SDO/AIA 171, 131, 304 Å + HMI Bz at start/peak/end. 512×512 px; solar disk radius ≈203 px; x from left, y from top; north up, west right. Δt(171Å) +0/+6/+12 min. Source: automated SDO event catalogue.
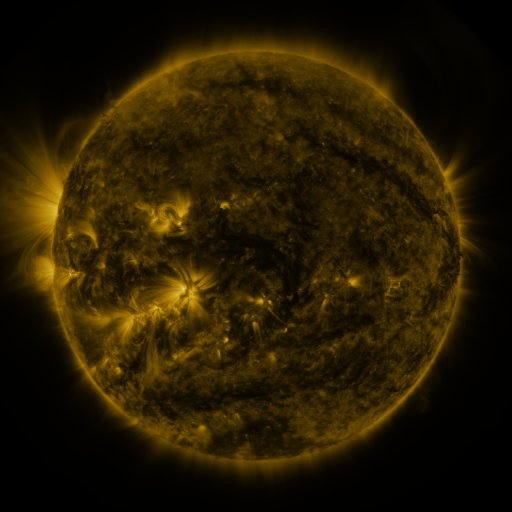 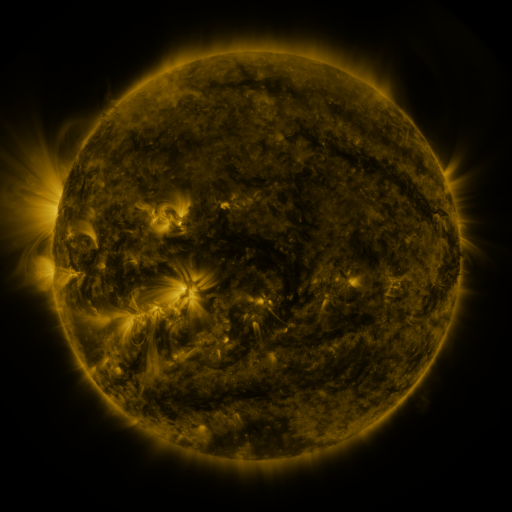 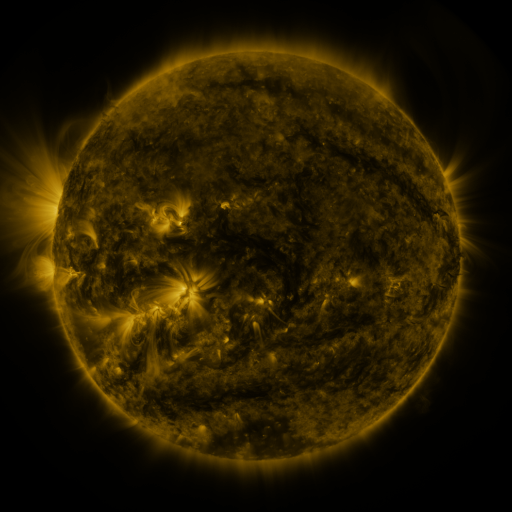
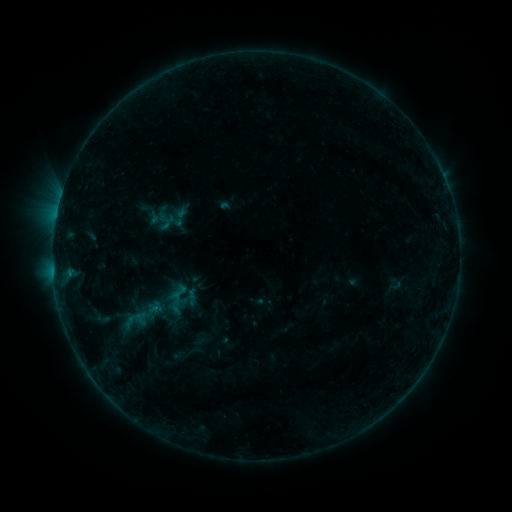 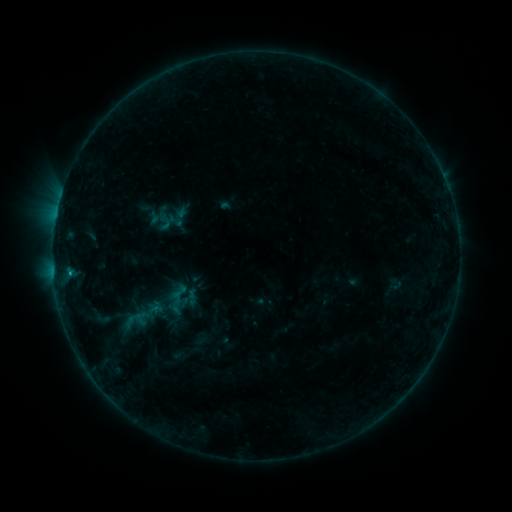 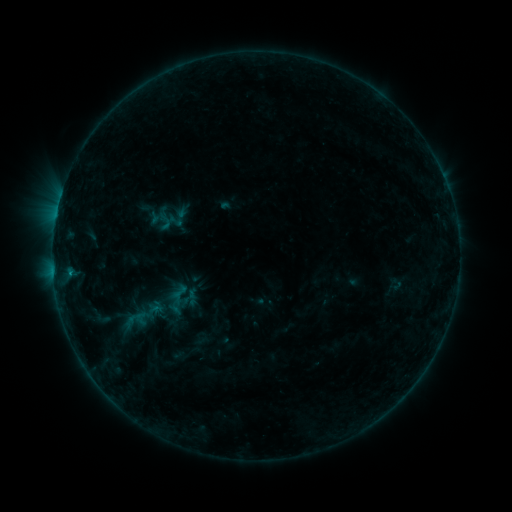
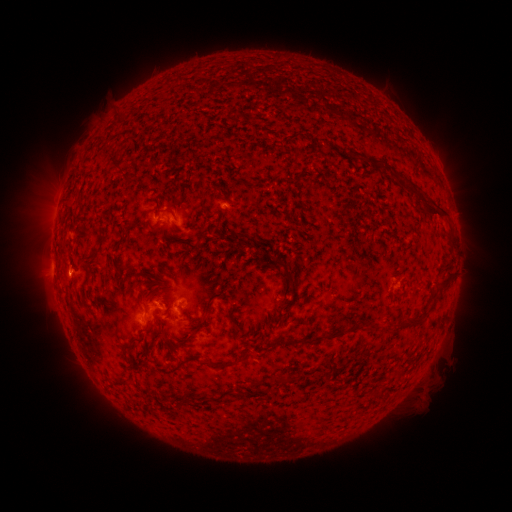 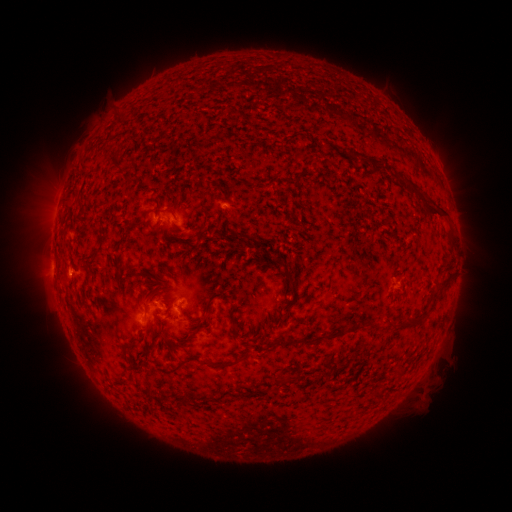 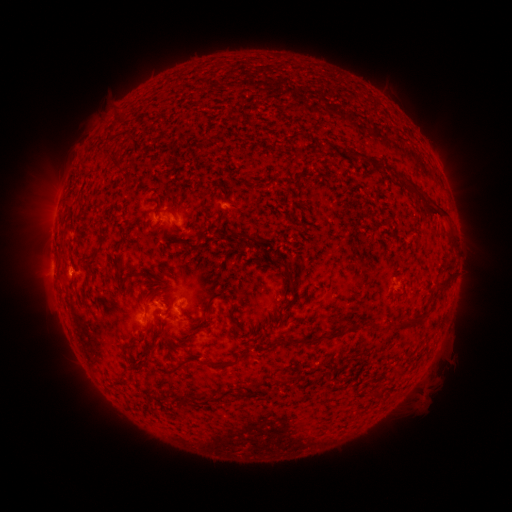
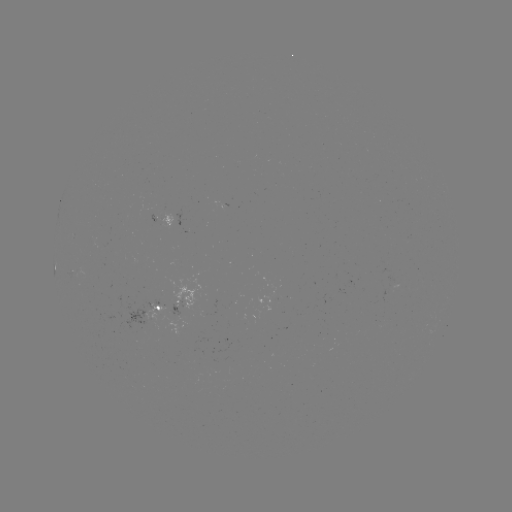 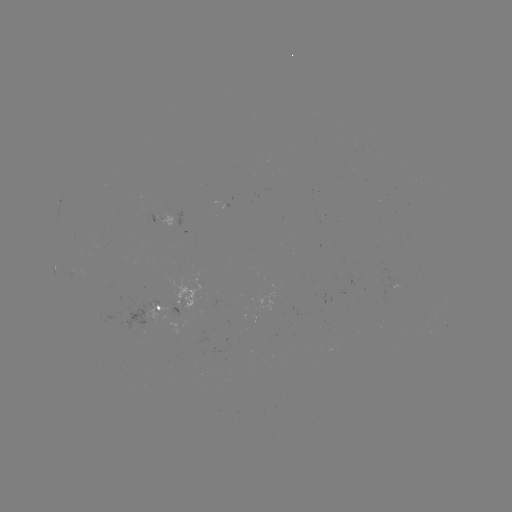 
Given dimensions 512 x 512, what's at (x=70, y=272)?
B3.9 flare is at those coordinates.